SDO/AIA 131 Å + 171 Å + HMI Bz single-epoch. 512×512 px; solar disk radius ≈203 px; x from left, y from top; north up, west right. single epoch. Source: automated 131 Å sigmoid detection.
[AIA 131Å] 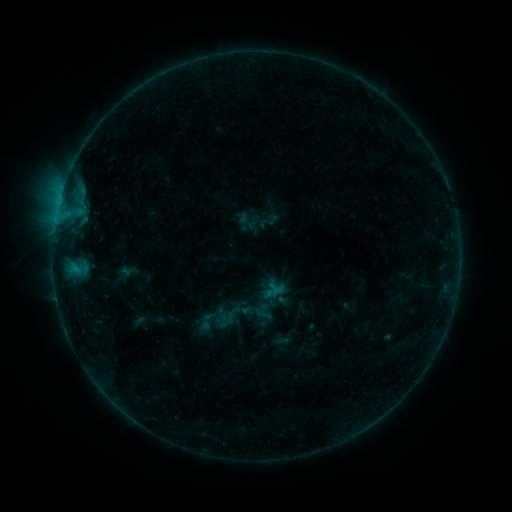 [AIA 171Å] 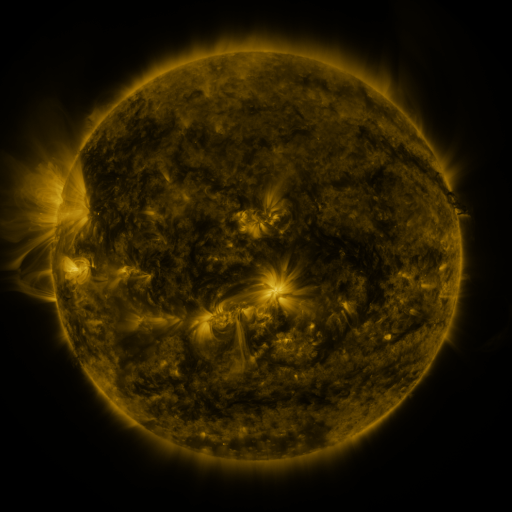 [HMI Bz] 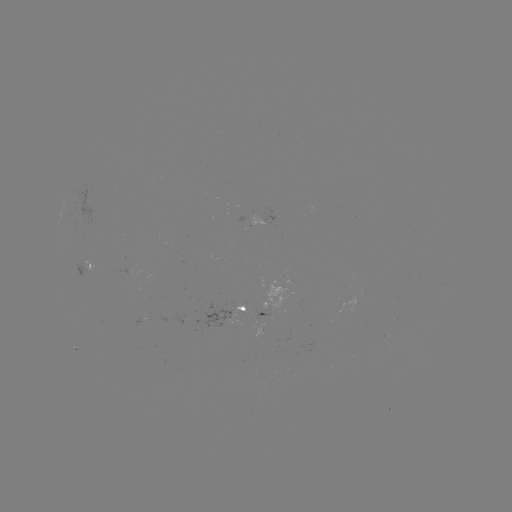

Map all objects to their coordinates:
sigmoid: (213, 306, 242, 332)
